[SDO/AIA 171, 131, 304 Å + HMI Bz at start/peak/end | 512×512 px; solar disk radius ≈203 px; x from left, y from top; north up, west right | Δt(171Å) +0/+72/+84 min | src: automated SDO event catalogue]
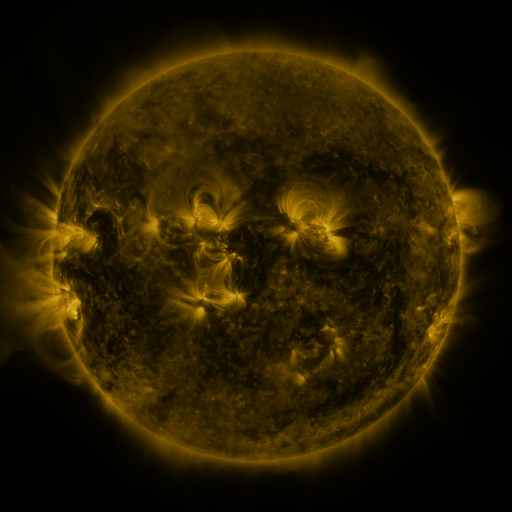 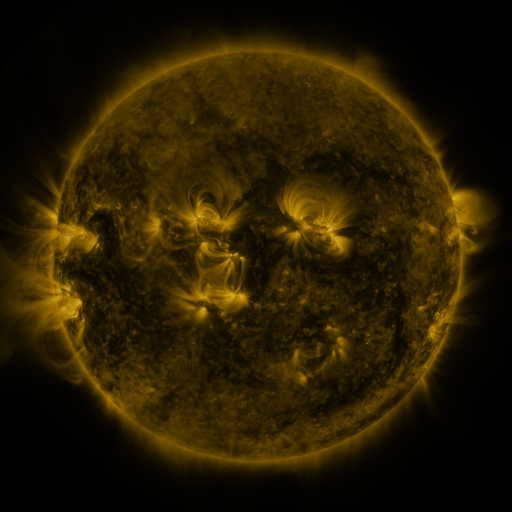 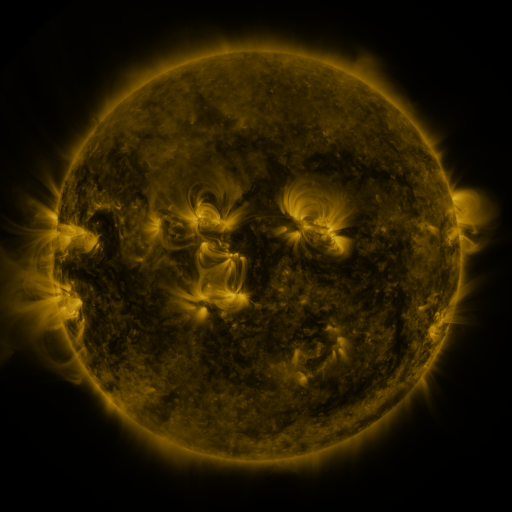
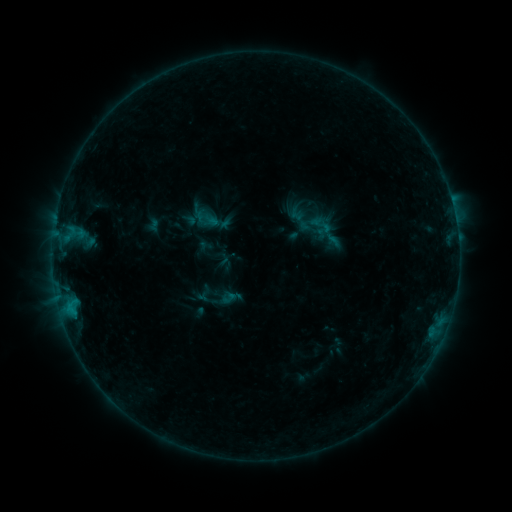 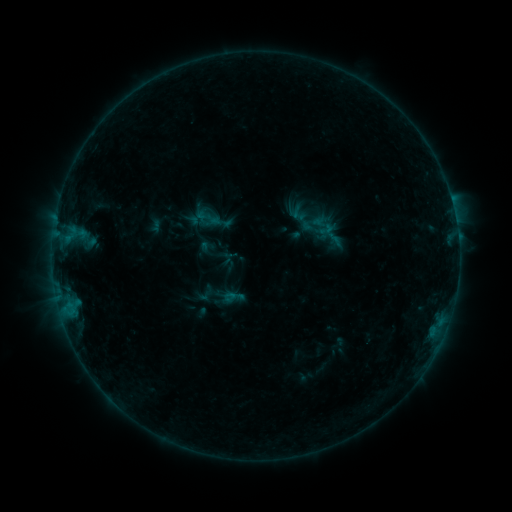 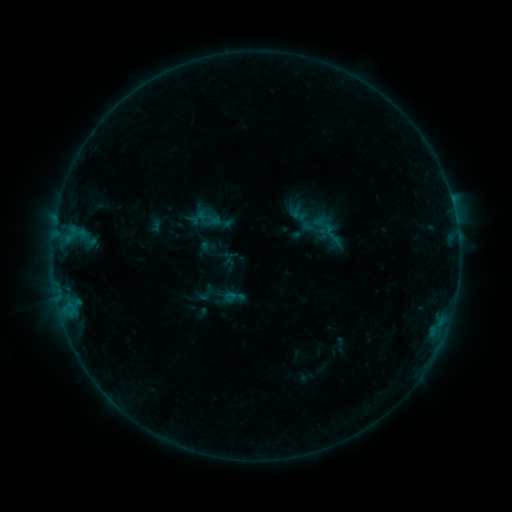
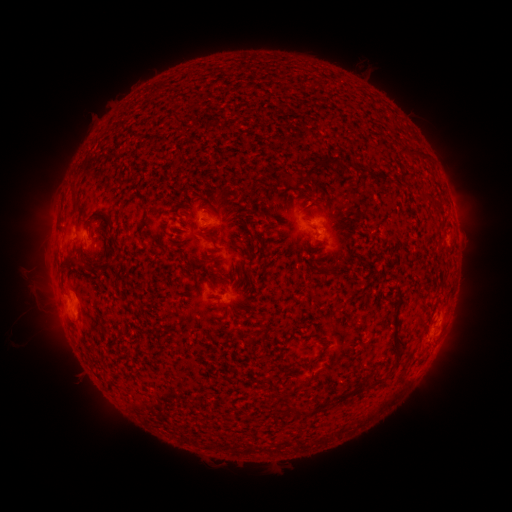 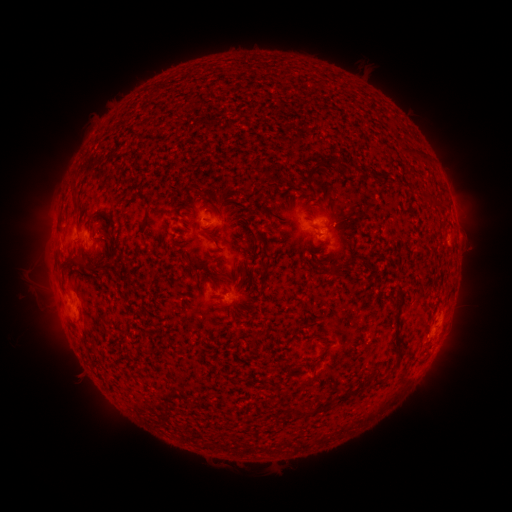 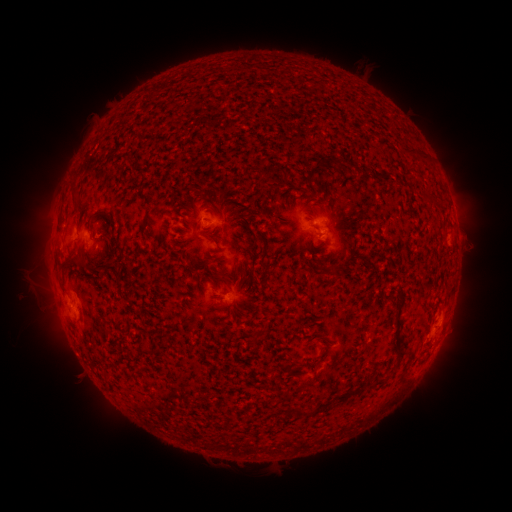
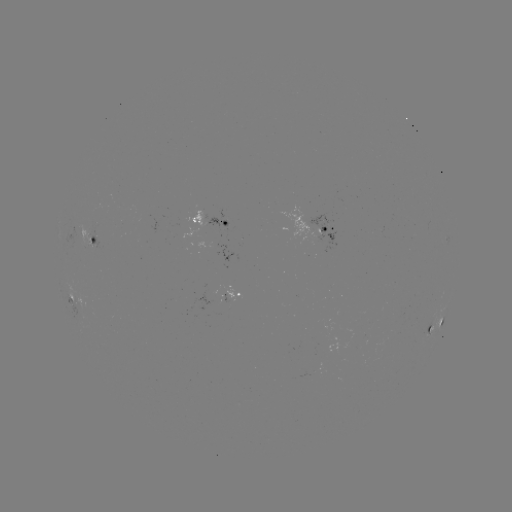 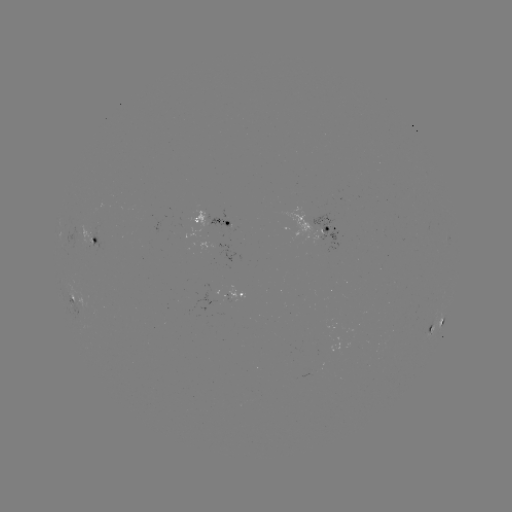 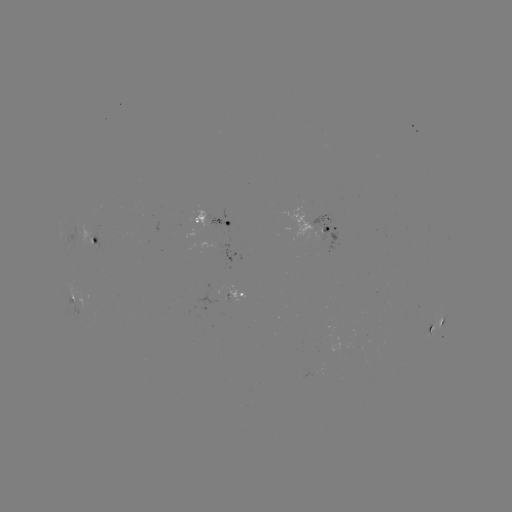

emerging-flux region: <bbox>199, 202, 227, 226</bbox>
